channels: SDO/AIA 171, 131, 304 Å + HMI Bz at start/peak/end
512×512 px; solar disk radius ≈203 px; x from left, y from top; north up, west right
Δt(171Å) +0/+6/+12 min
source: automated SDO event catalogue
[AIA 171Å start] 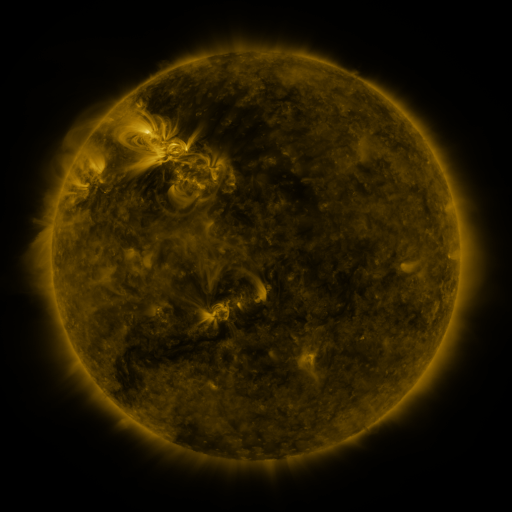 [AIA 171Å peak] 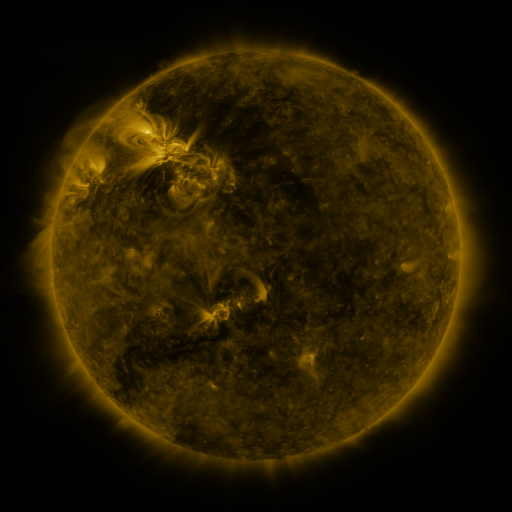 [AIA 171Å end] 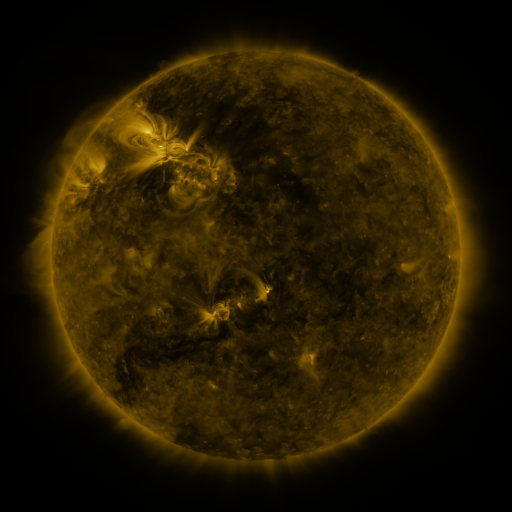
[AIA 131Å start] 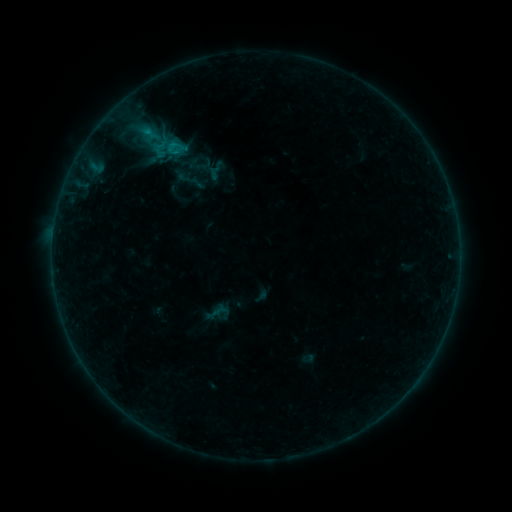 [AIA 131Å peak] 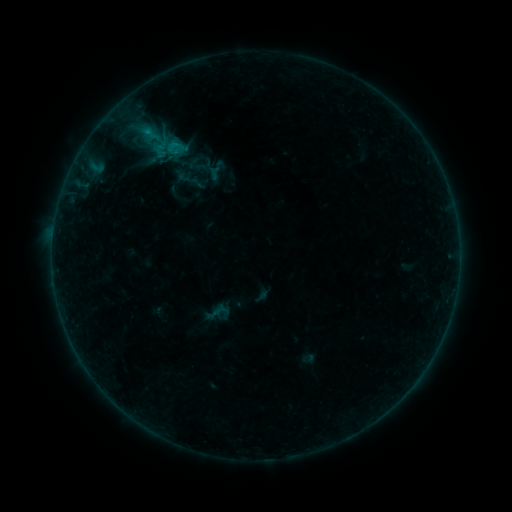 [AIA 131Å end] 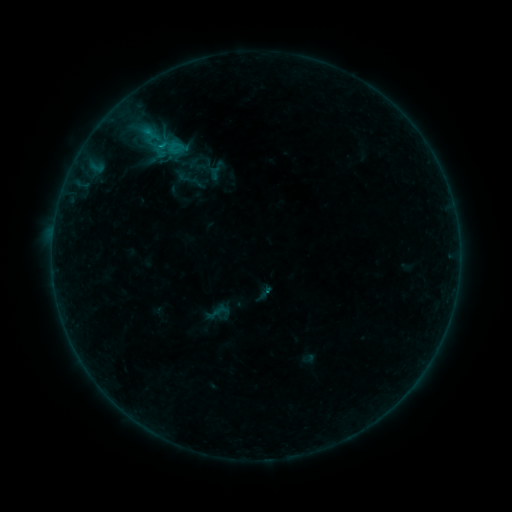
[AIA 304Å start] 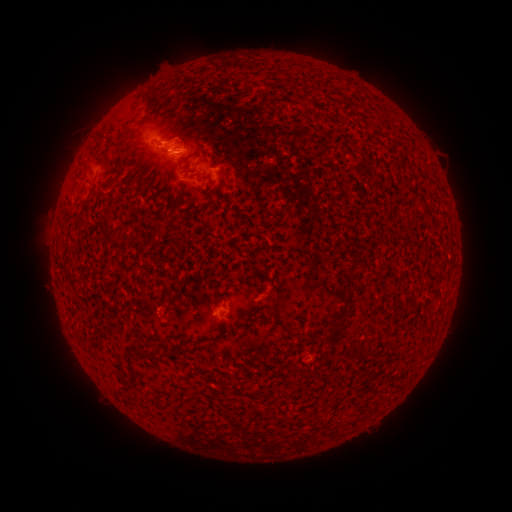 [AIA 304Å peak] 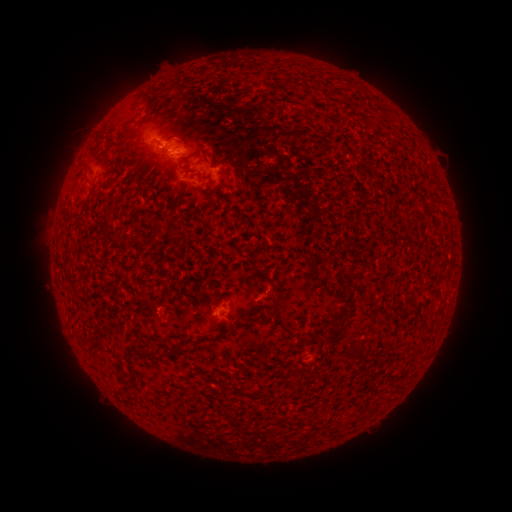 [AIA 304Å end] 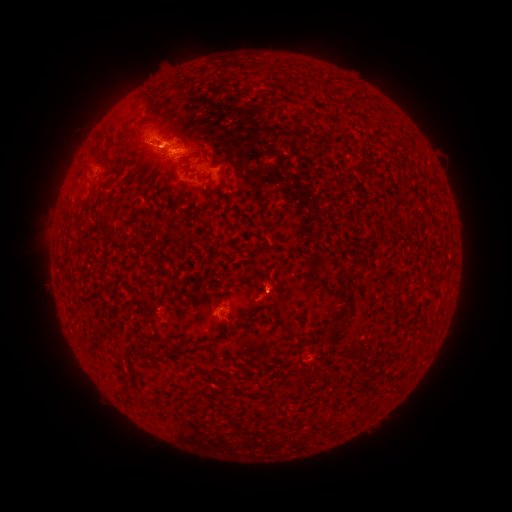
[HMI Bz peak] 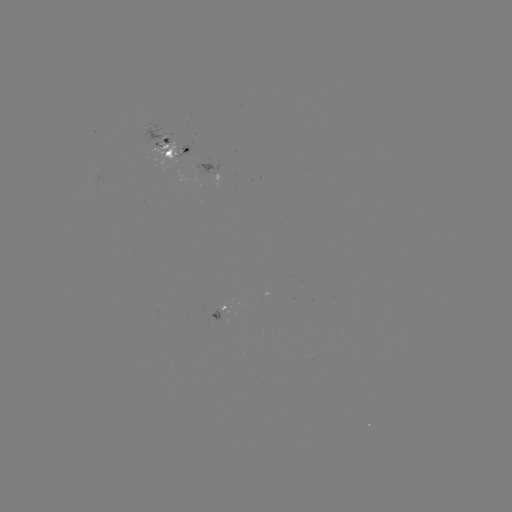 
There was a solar eruption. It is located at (271, 288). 